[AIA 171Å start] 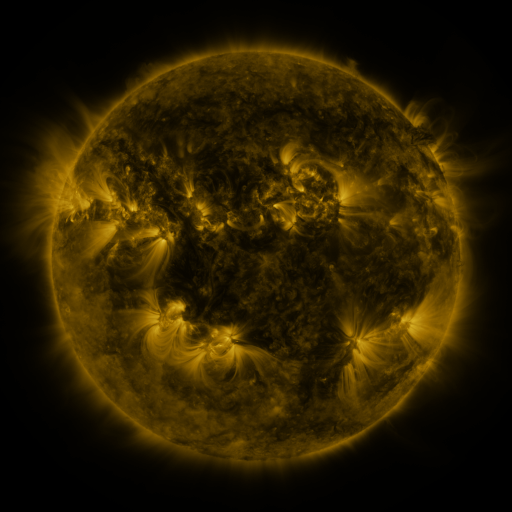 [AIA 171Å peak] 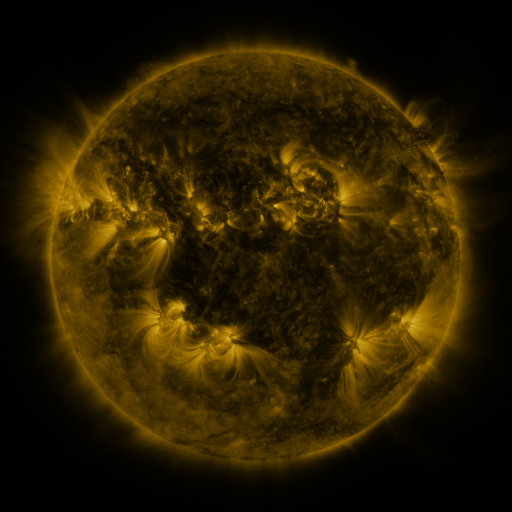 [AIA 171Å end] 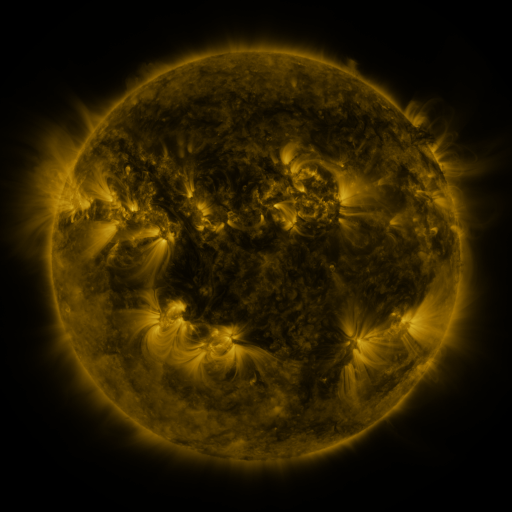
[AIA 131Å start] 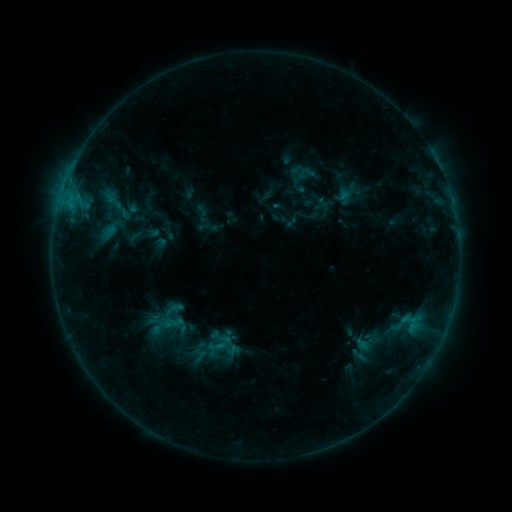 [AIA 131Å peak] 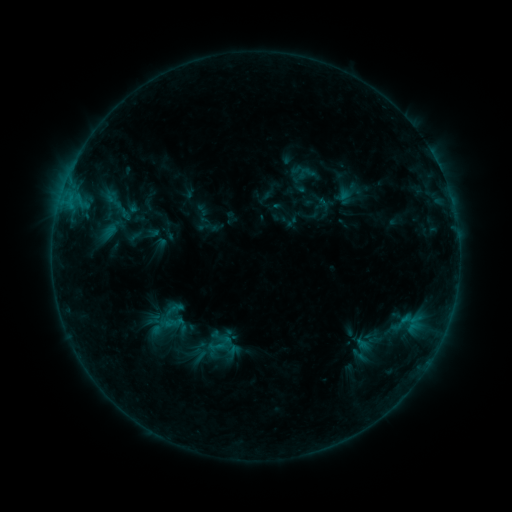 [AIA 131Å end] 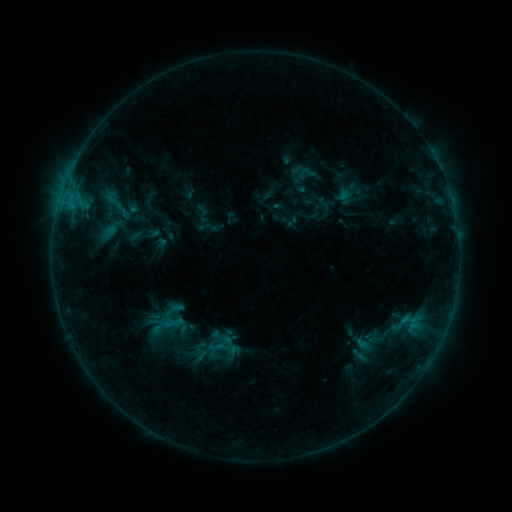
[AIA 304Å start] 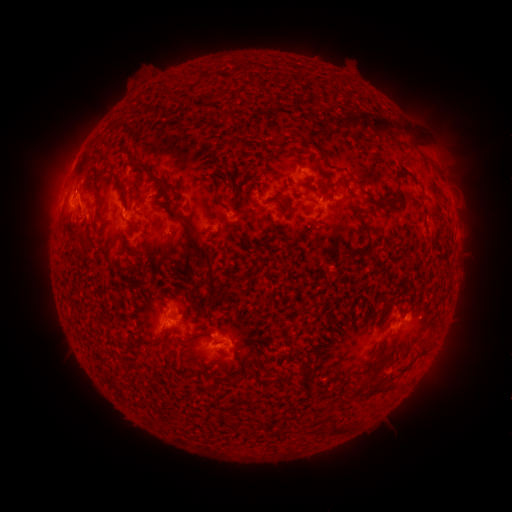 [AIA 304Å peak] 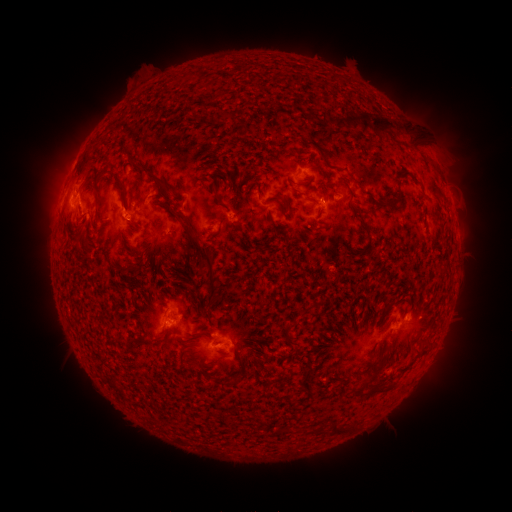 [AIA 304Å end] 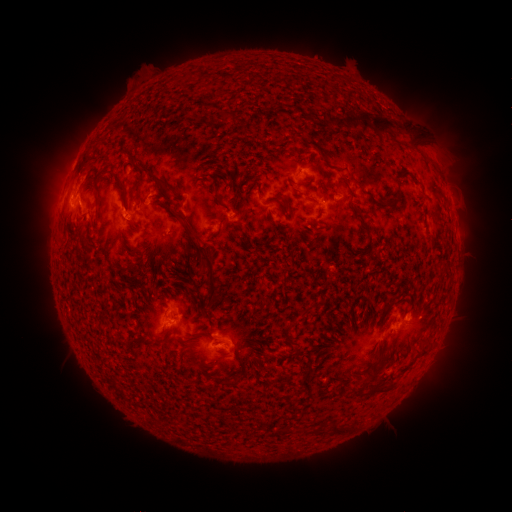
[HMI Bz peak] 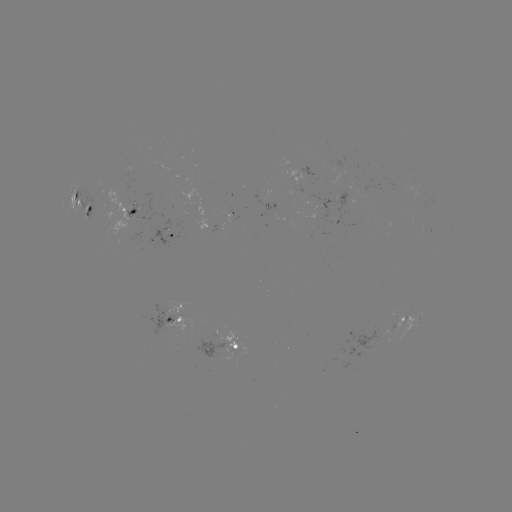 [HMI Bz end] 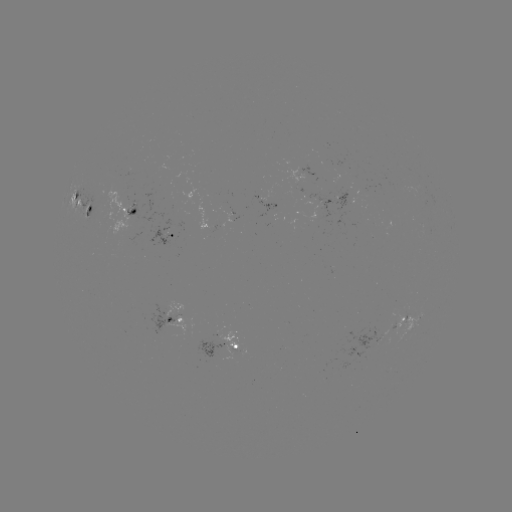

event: eruption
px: (80, 172)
